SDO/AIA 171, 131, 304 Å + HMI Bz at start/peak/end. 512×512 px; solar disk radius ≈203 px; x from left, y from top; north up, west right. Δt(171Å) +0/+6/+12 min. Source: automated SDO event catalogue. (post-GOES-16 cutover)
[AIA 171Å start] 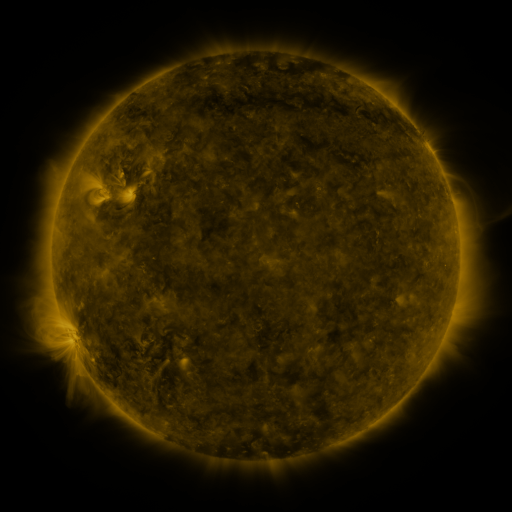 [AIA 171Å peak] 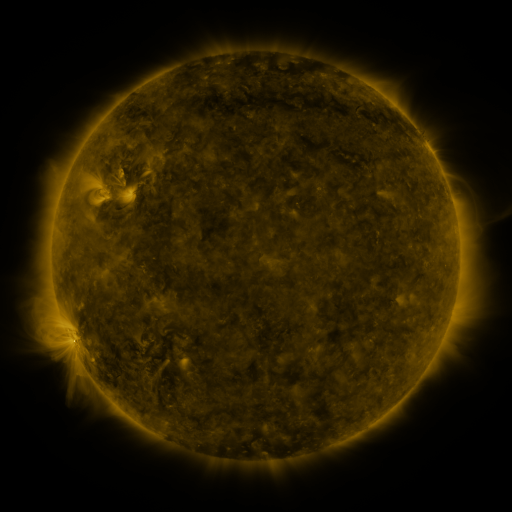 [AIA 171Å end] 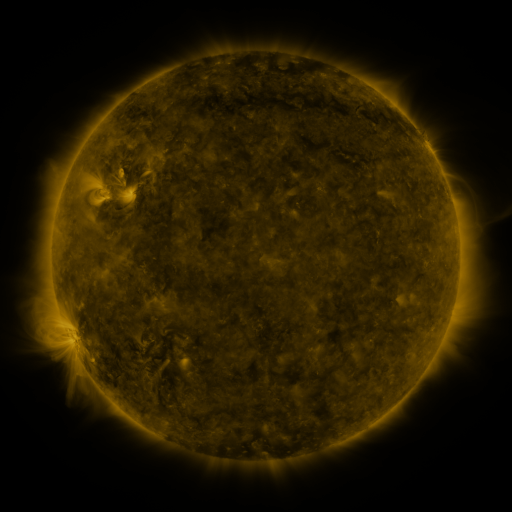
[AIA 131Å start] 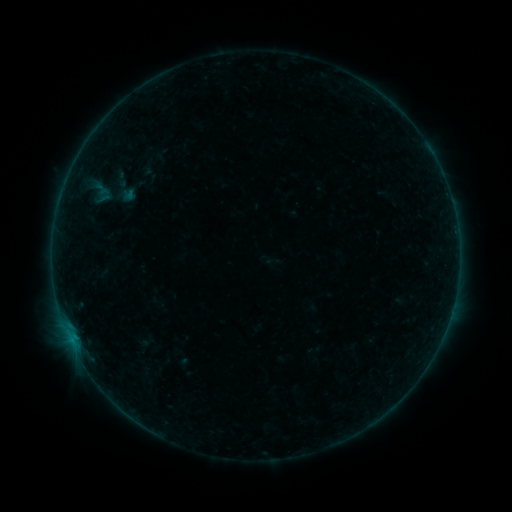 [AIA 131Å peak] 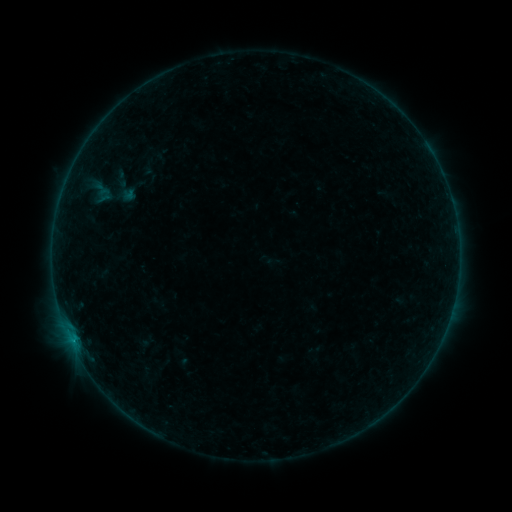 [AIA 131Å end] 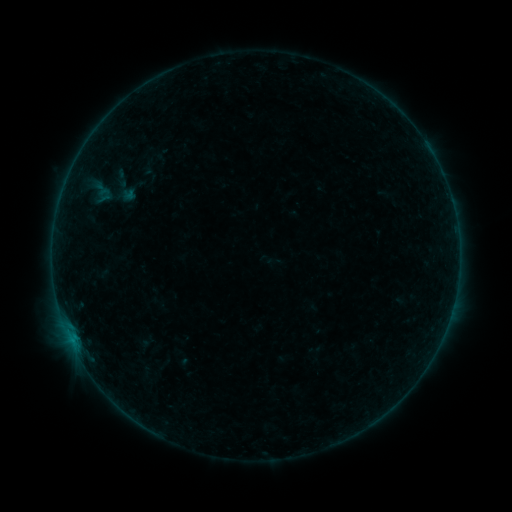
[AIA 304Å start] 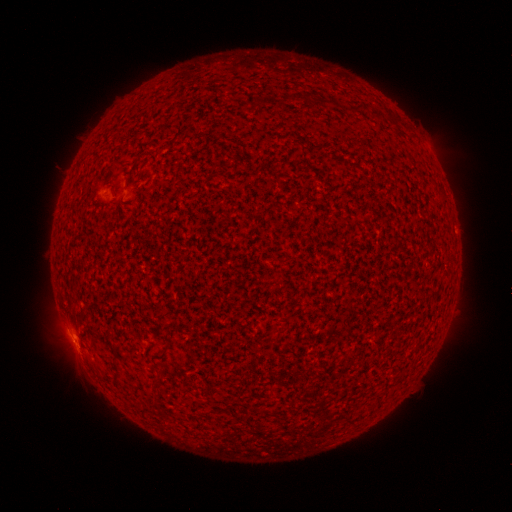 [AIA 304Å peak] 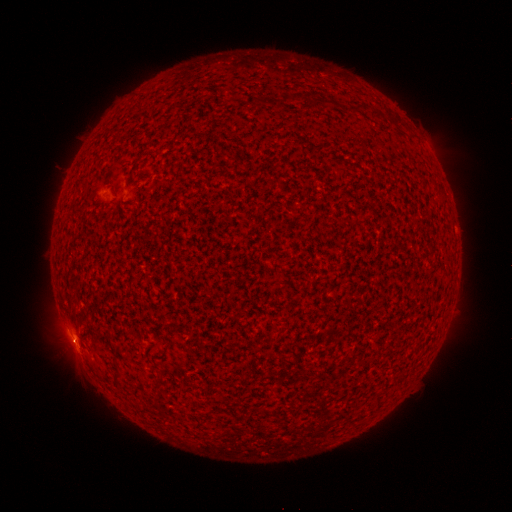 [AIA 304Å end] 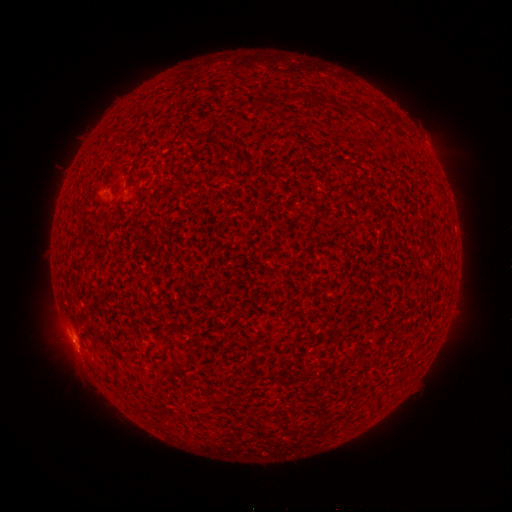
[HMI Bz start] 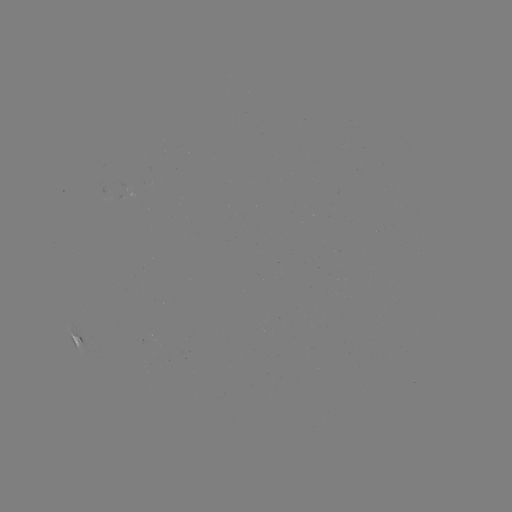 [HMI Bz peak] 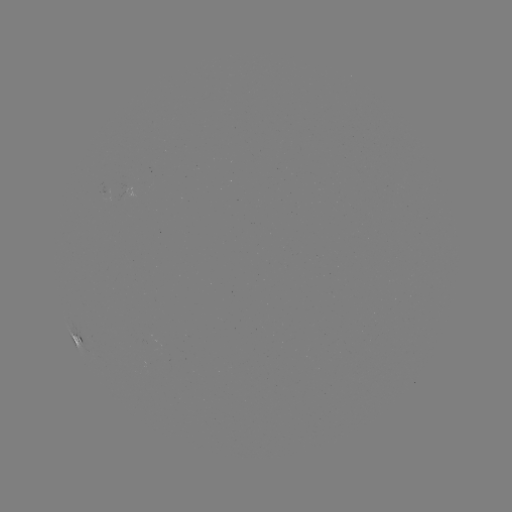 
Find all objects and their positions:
B2.5 flare: (433, 195)
